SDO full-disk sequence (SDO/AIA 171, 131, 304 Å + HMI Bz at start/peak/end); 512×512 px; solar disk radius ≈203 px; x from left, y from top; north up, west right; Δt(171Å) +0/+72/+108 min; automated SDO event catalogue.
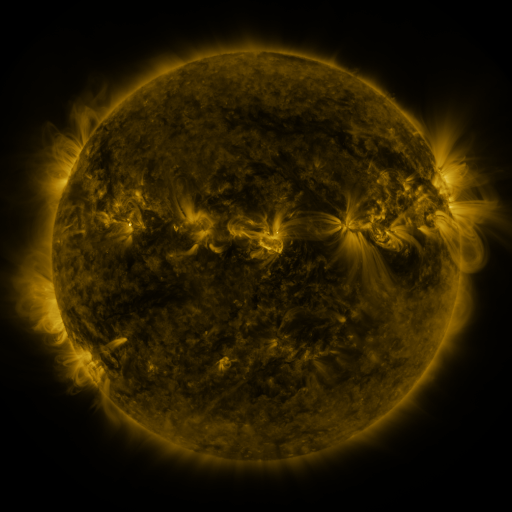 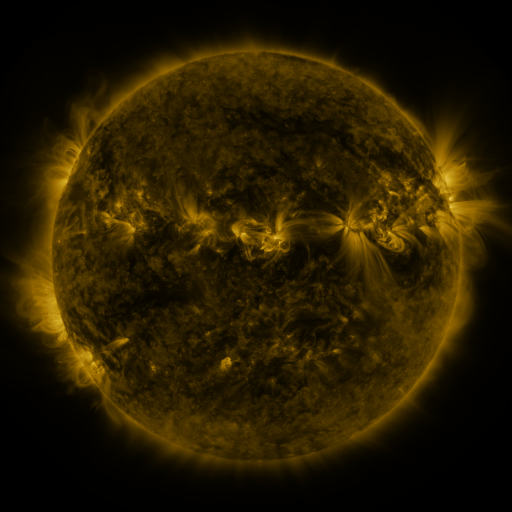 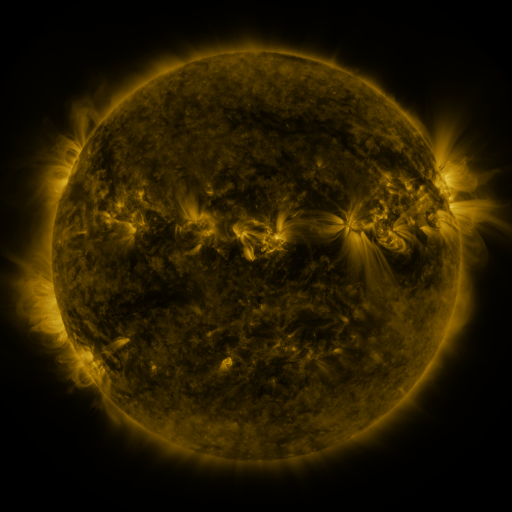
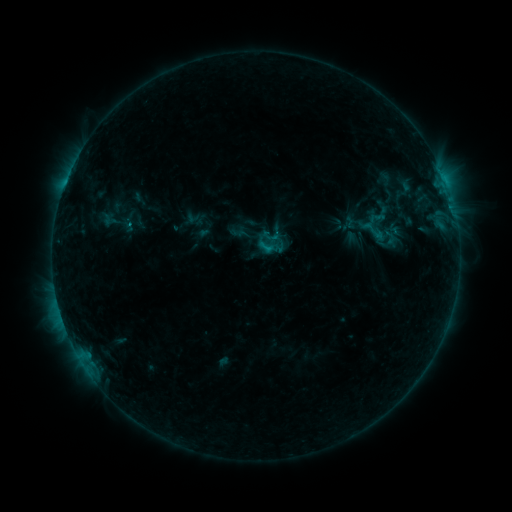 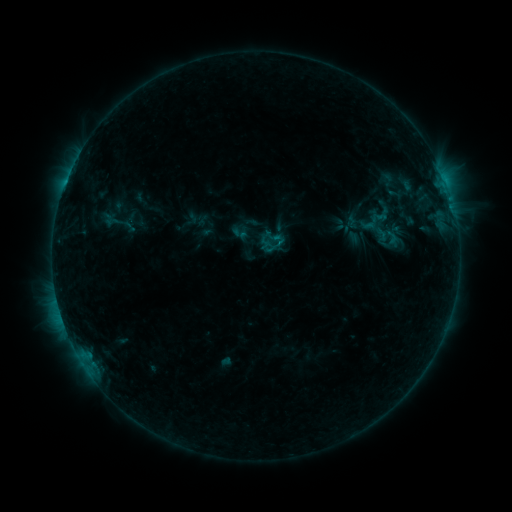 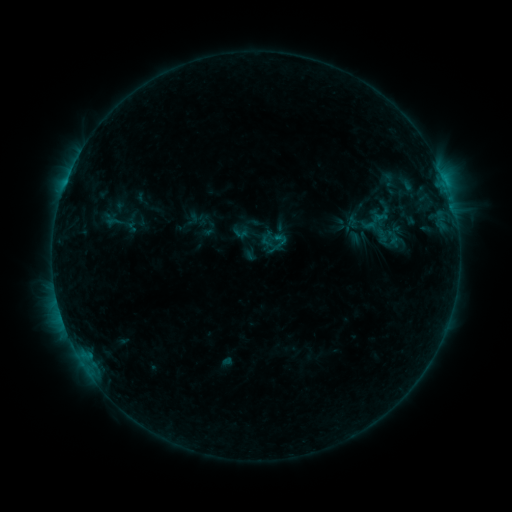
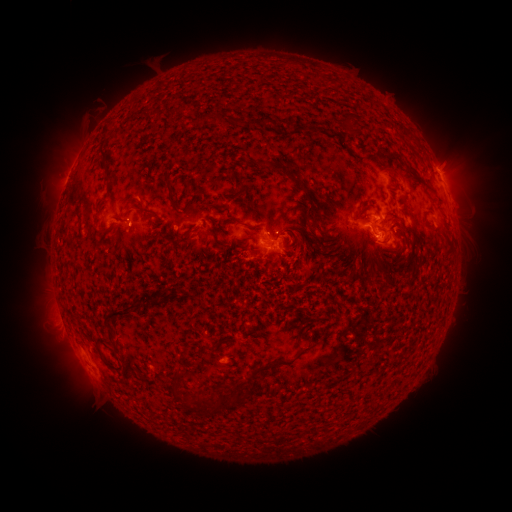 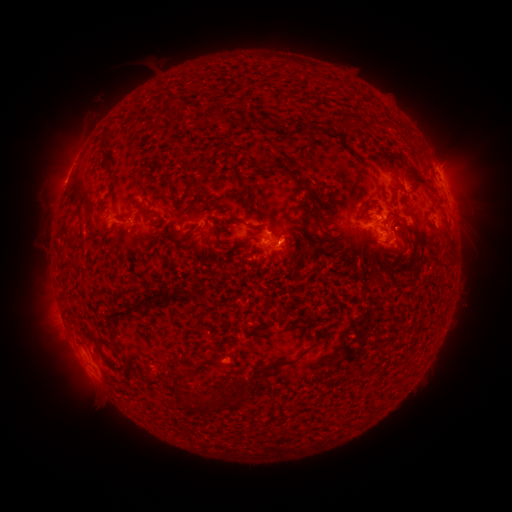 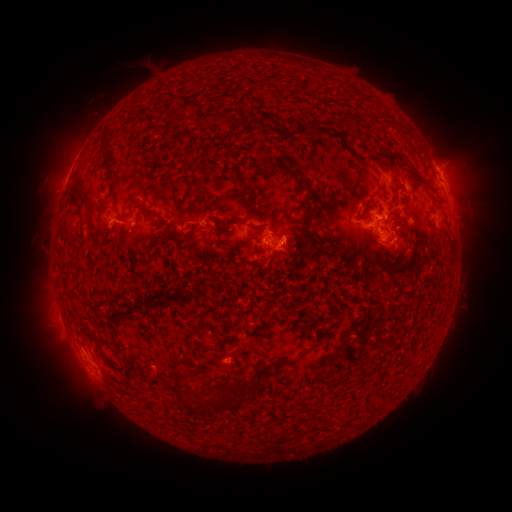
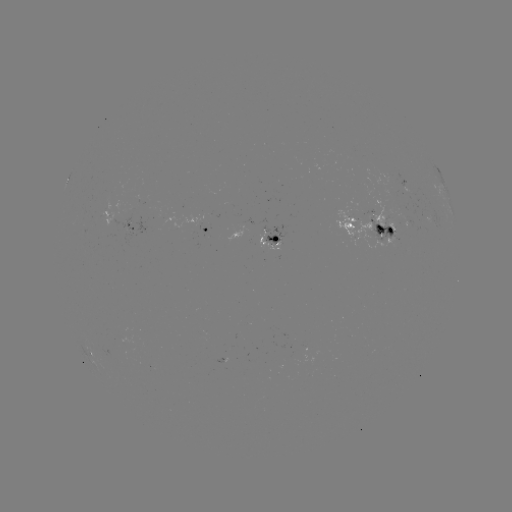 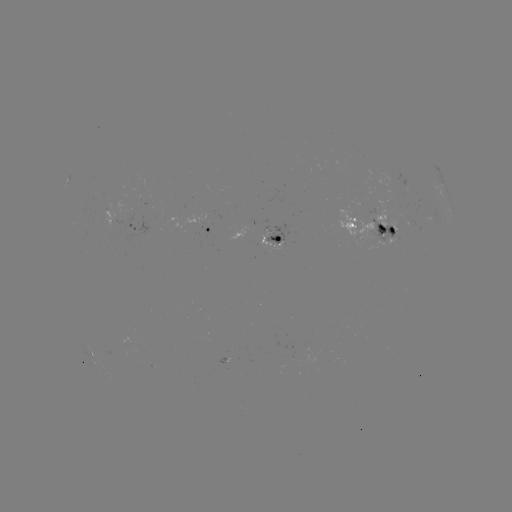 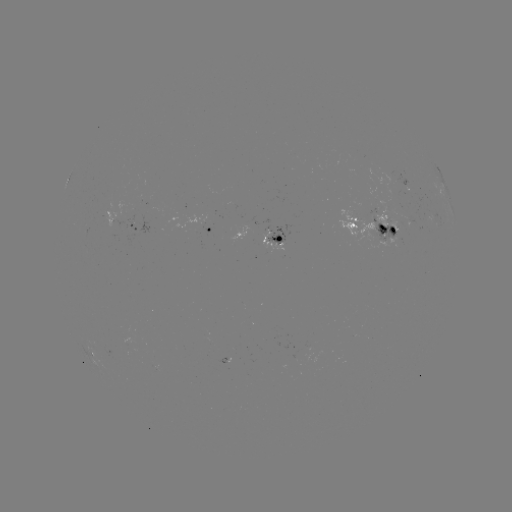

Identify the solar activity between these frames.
emerging-flux region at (263, 243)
